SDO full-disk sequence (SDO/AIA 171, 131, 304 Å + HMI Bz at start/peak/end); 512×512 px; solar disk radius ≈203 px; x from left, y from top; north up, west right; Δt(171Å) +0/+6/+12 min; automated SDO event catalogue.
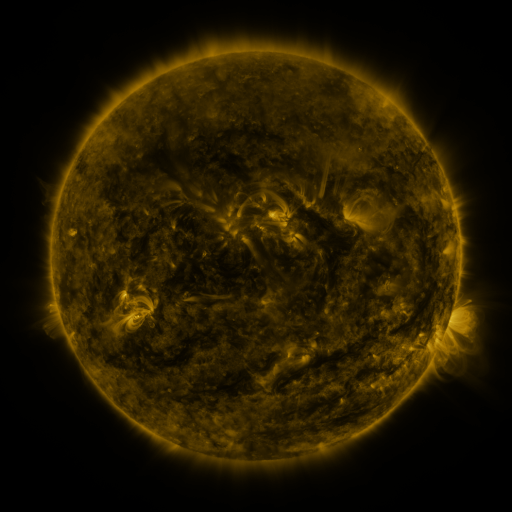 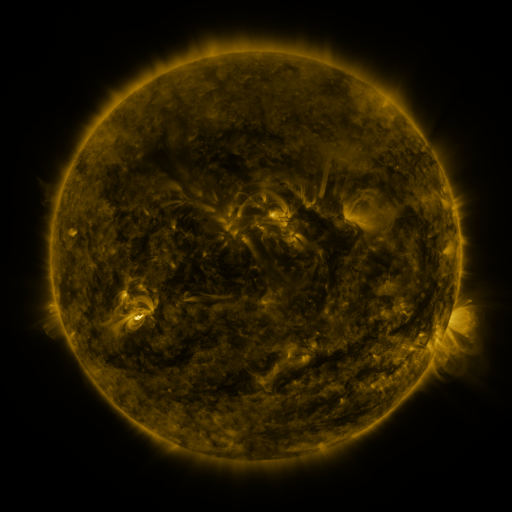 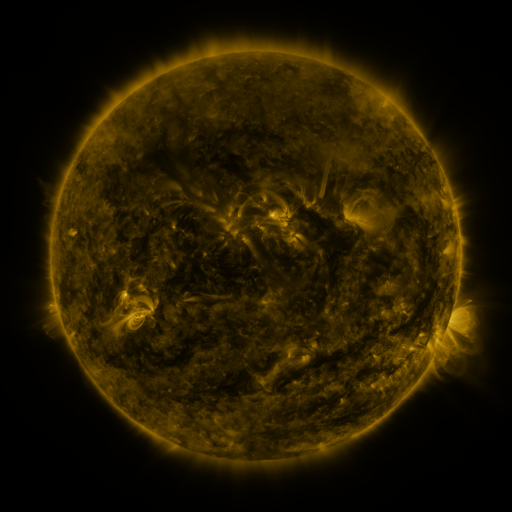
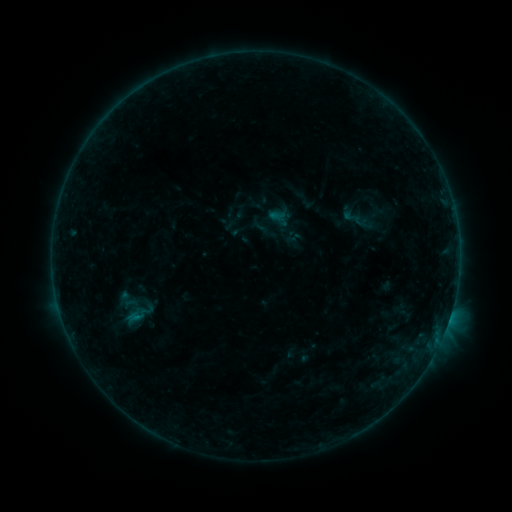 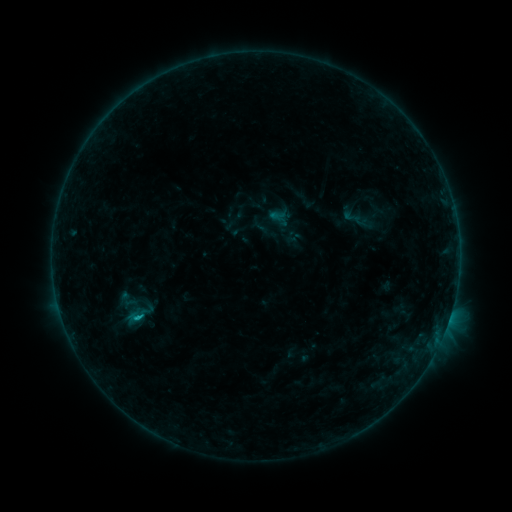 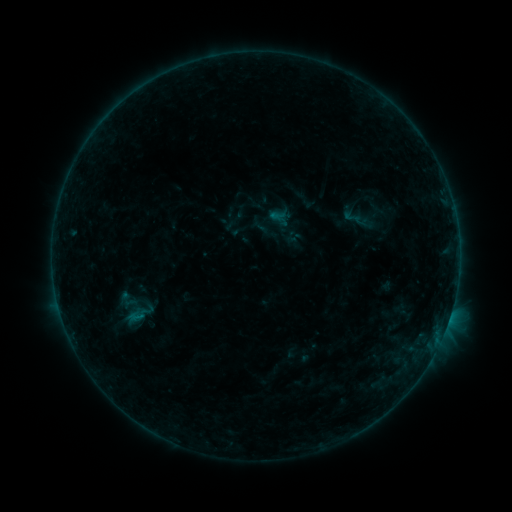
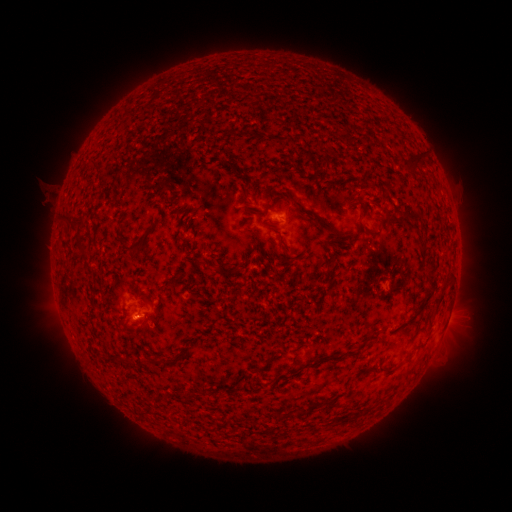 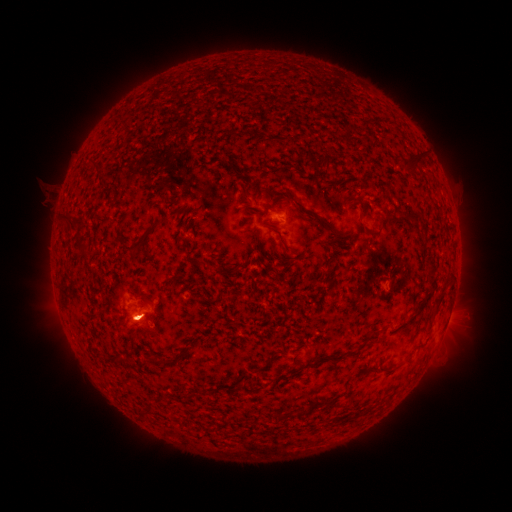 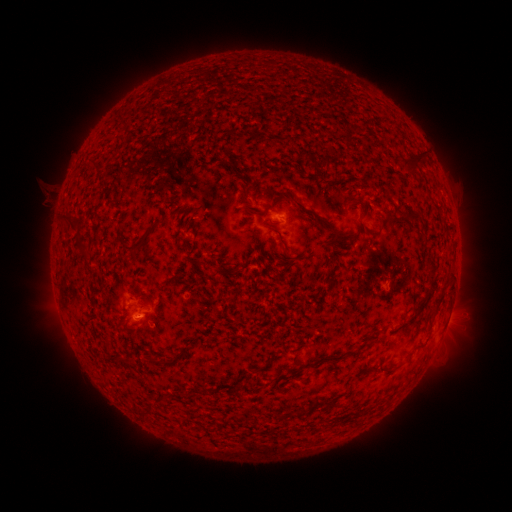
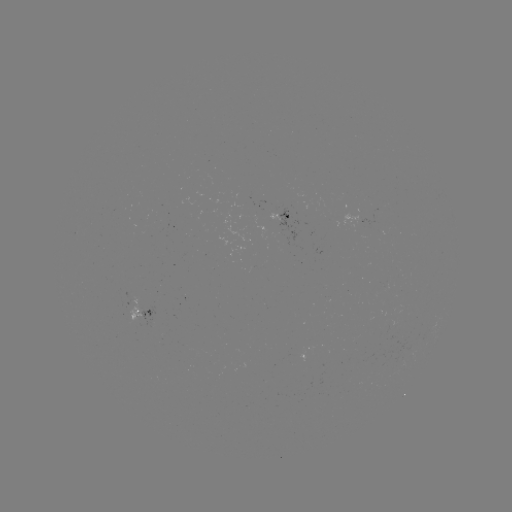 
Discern B4.3 flare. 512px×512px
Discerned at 135,316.